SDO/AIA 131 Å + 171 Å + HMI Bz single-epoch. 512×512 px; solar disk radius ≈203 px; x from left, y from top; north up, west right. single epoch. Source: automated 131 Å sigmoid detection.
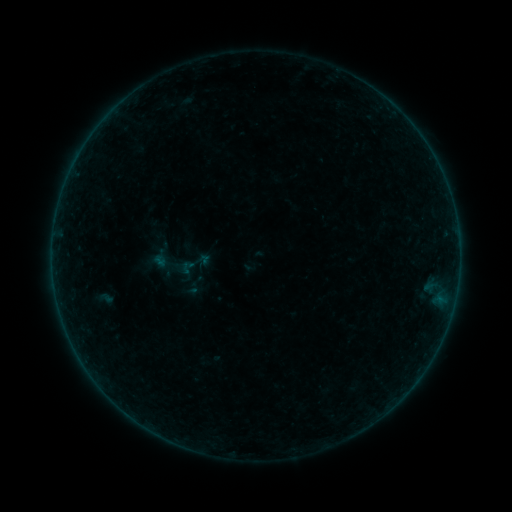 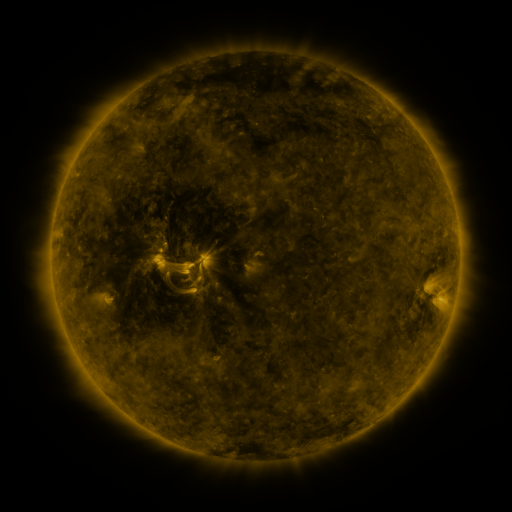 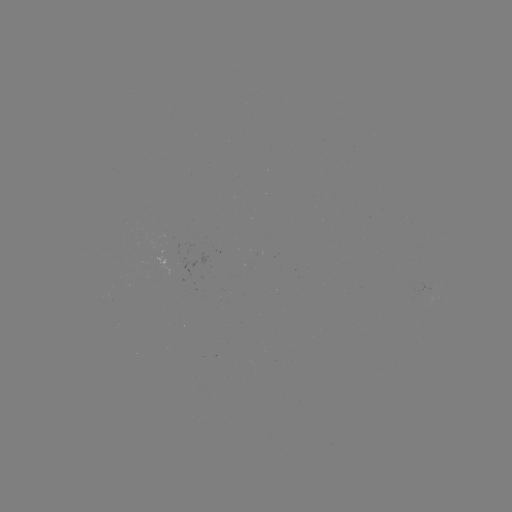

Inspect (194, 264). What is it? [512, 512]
sigmoid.